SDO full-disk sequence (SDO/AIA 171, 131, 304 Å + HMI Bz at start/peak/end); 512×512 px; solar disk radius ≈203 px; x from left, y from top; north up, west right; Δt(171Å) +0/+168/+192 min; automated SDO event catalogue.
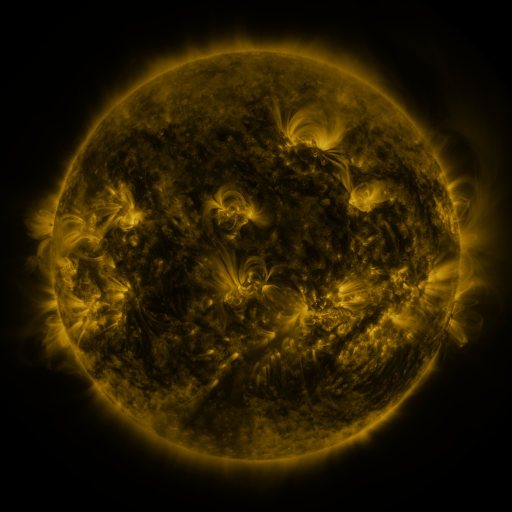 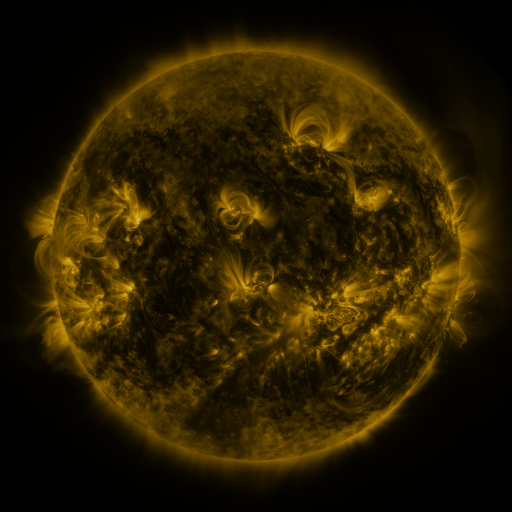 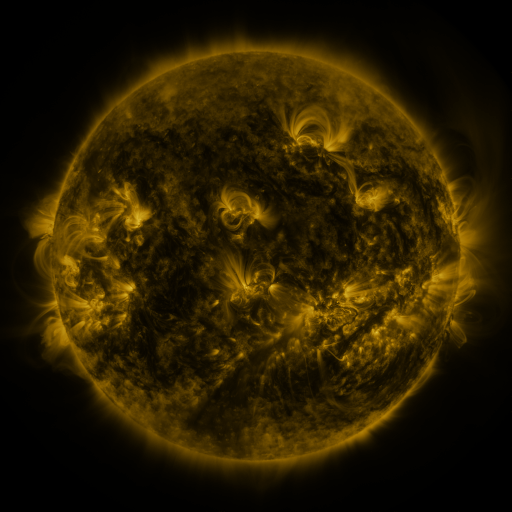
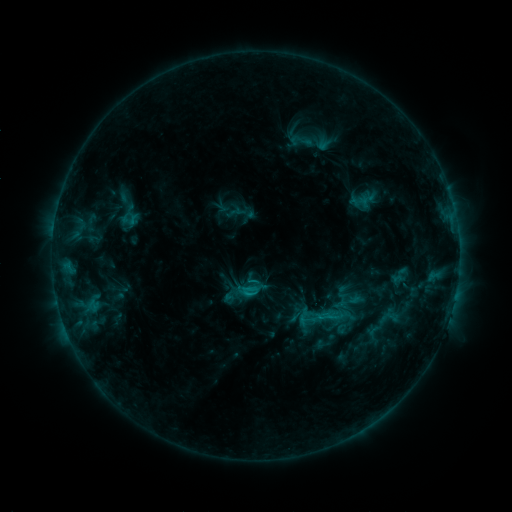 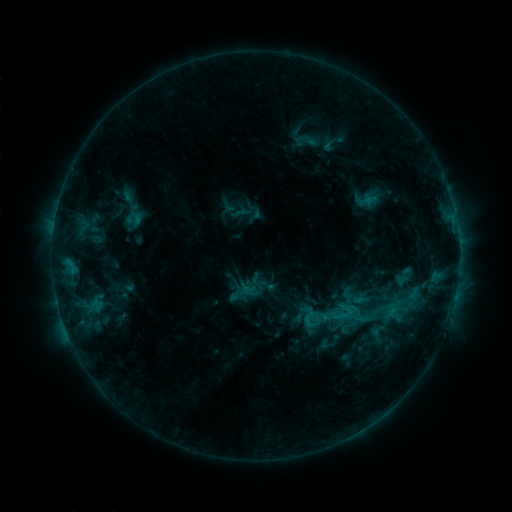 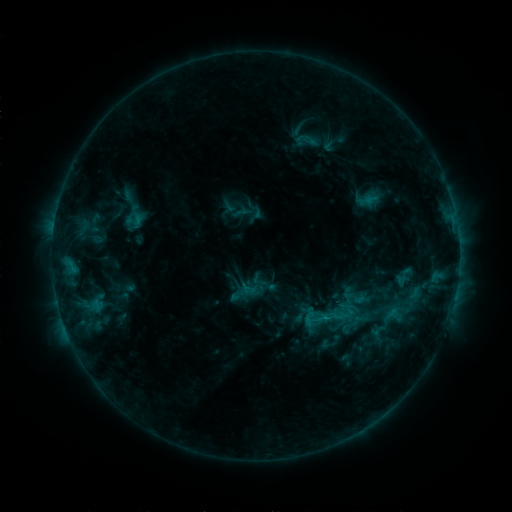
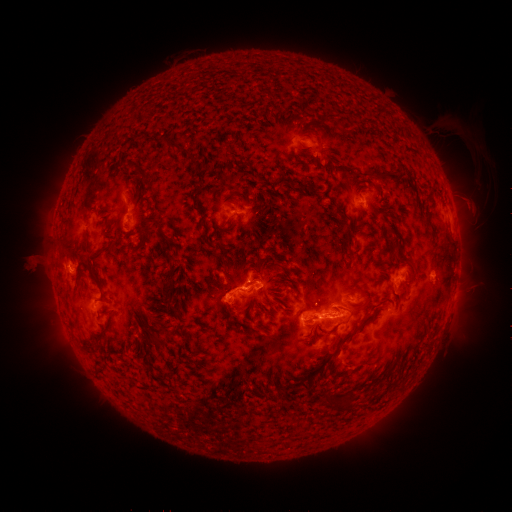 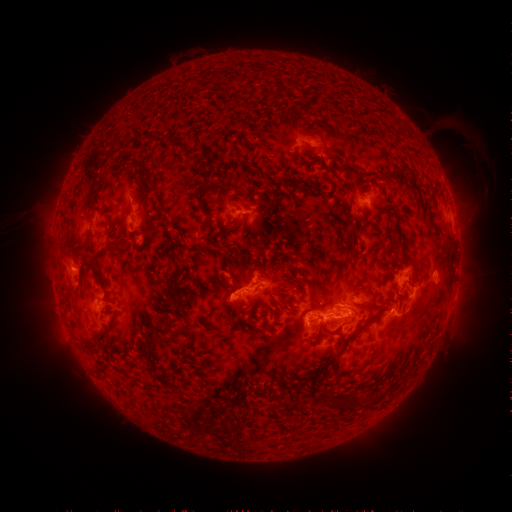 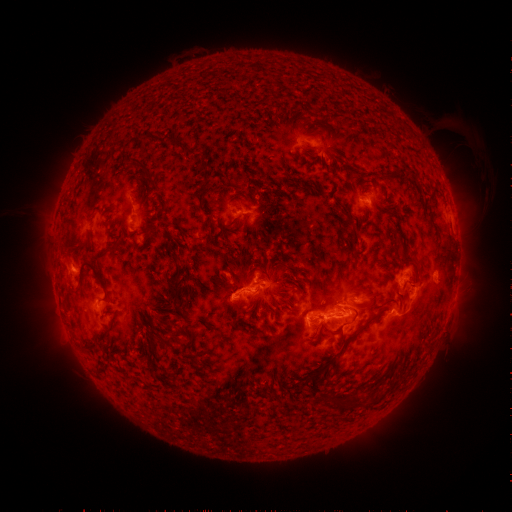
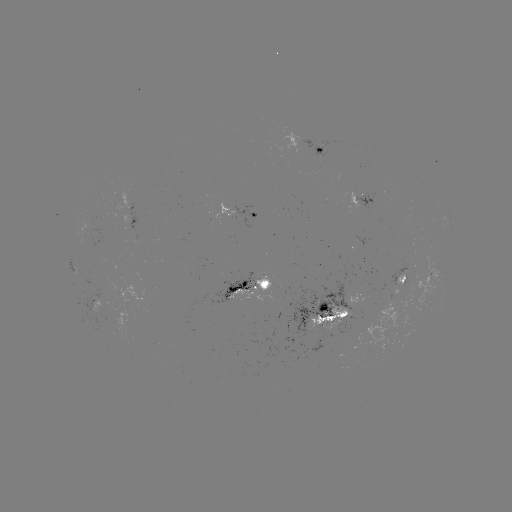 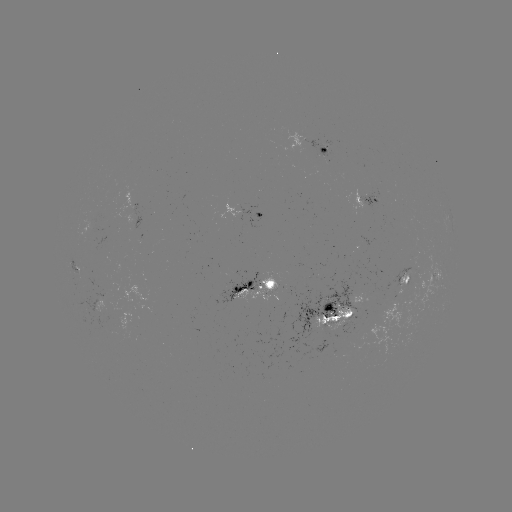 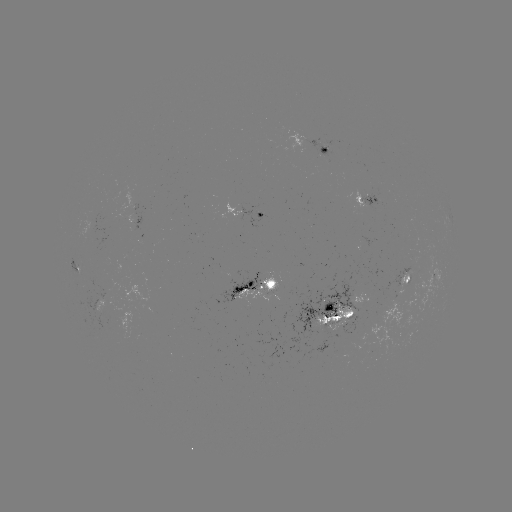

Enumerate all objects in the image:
emerging-flux region: (326, 325)
